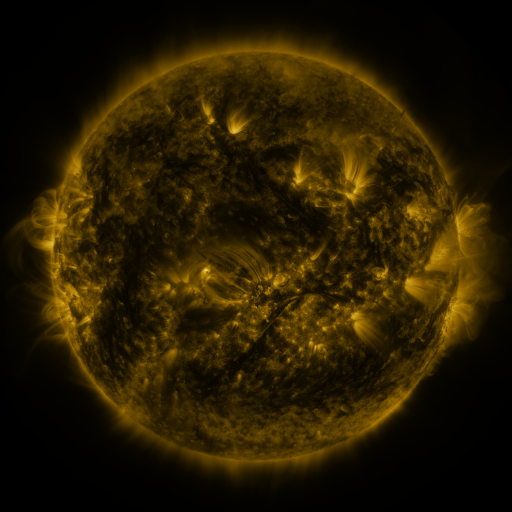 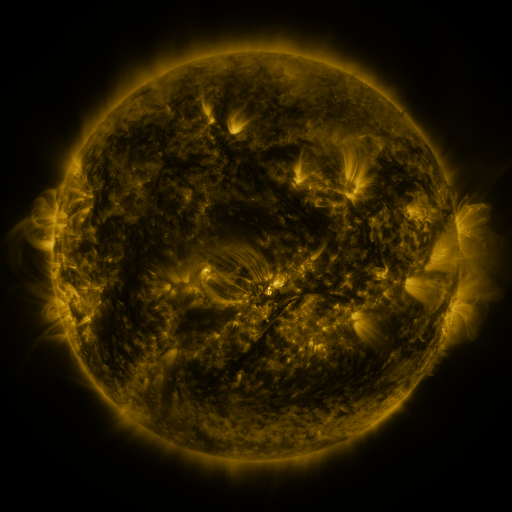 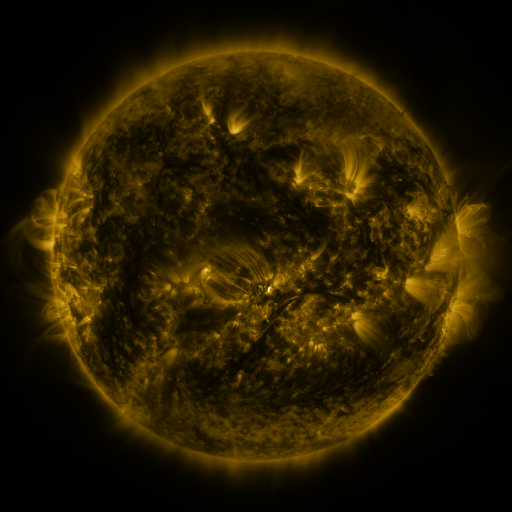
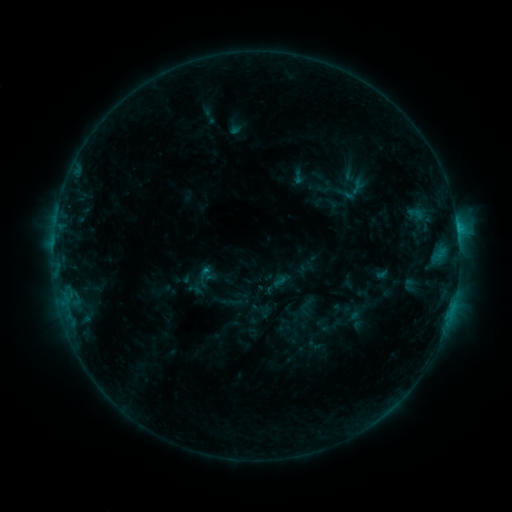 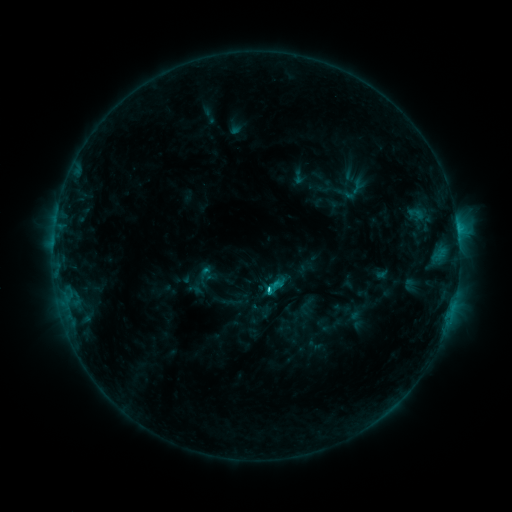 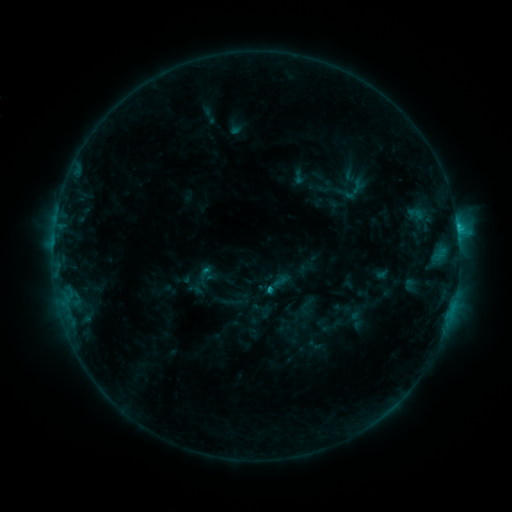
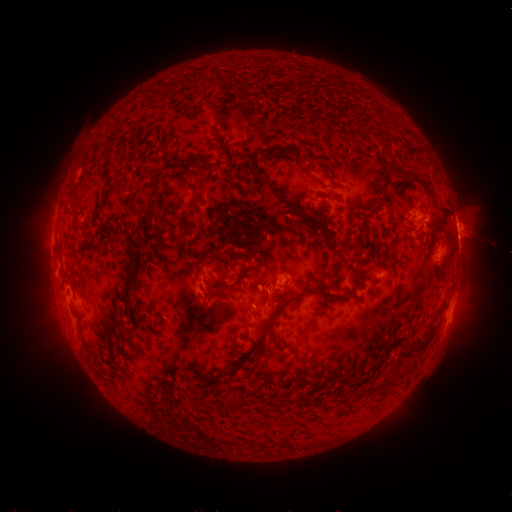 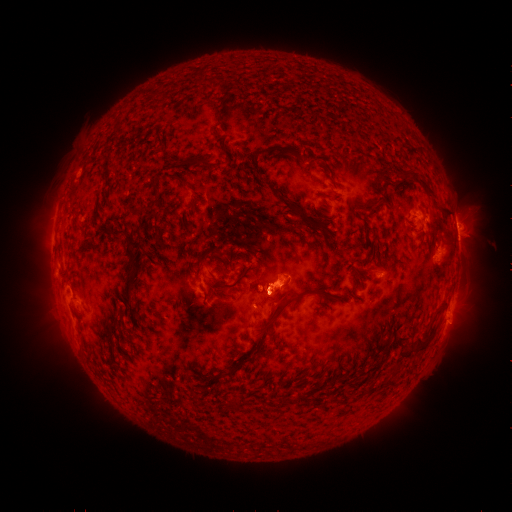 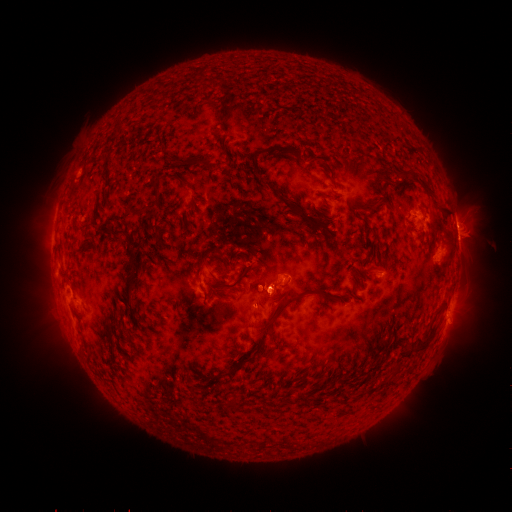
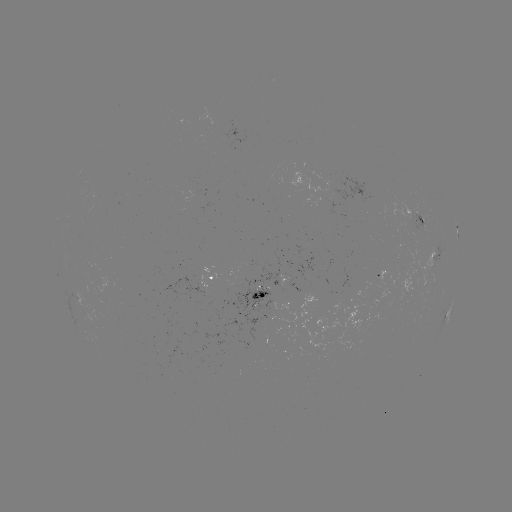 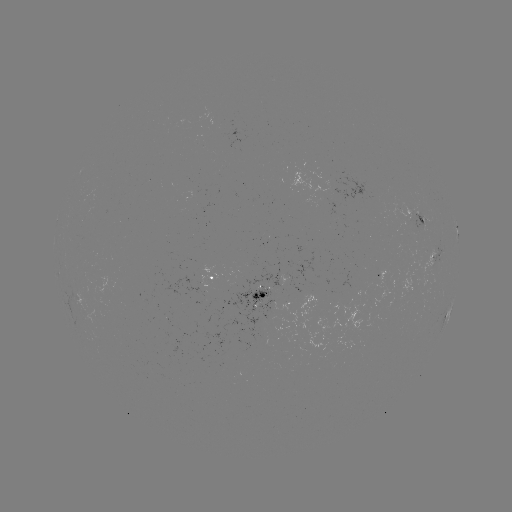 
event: eruption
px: (283, 281)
